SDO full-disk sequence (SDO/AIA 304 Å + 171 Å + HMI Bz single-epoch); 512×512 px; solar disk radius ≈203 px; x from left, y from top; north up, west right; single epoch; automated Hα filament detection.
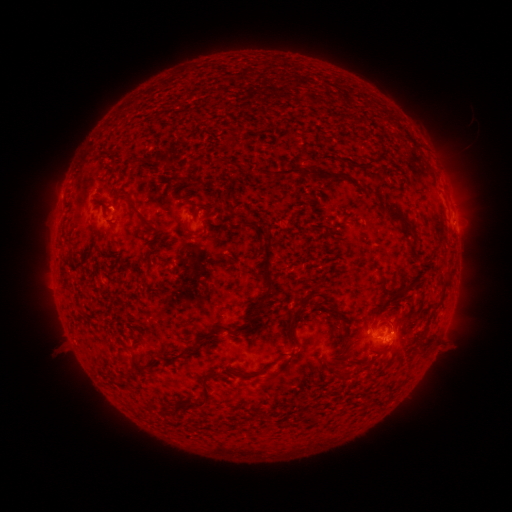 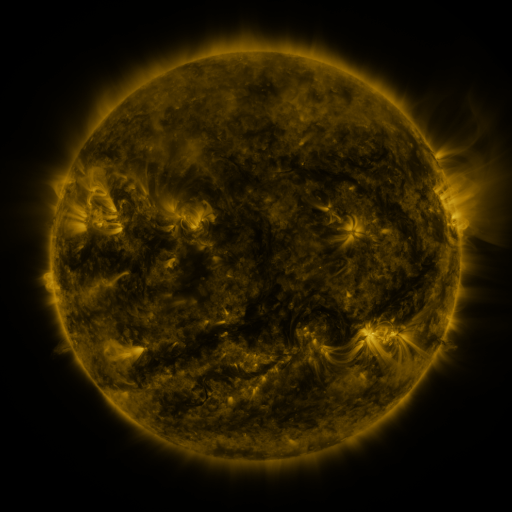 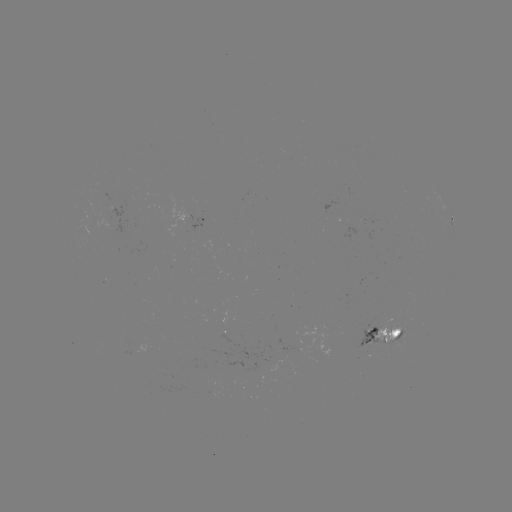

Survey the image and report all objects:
filament: (341, 157, 375, 169)
filament: (271, 167, 310, 181)
filament: (119, 189, 156, 227)
filament: (386, 210, 415, 241)
filament: (255, 225, 270, 236)
filament: (232, 240, 275, 332)
filament: (442, 277, 452, 290)
filament: (313, 292, 328, 307)
filament: (286, 295, 313, 329)
filament: (332, 307, 344, 322)
filament: (379, 348, 388, 356)
filament: (129, 349, 142, 374)
filament: (275, 350, 294, 375)
filament: (335, 372, 345, 381)
filament: (180, 374, 211, 407)
